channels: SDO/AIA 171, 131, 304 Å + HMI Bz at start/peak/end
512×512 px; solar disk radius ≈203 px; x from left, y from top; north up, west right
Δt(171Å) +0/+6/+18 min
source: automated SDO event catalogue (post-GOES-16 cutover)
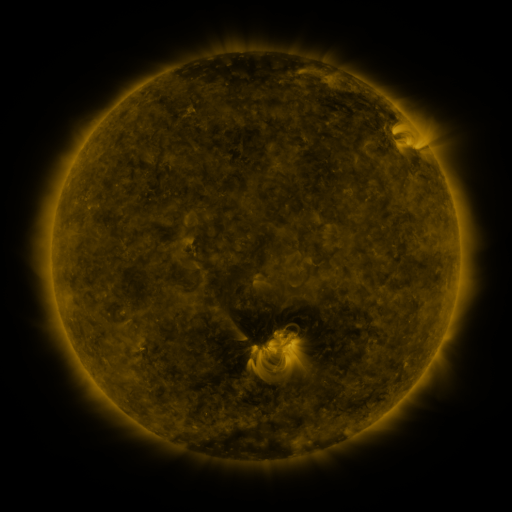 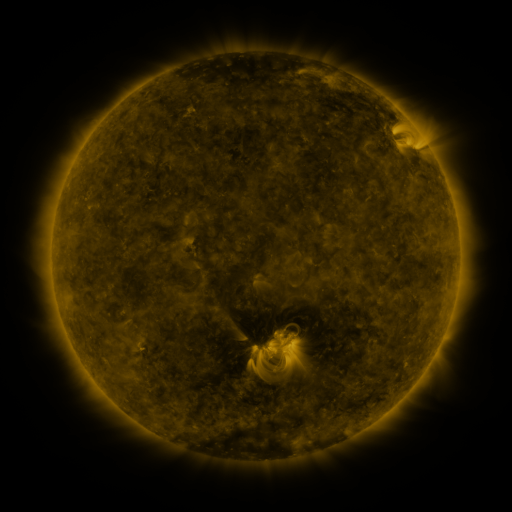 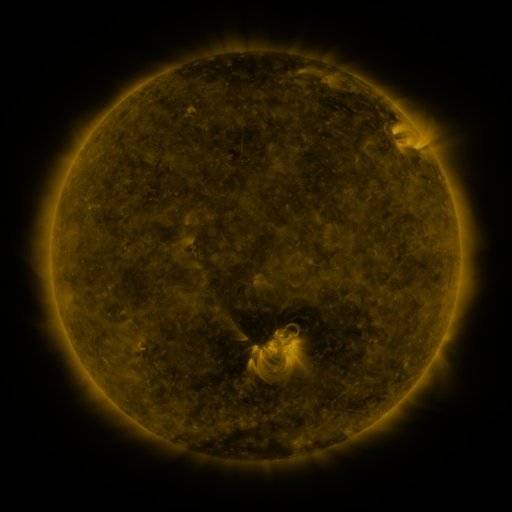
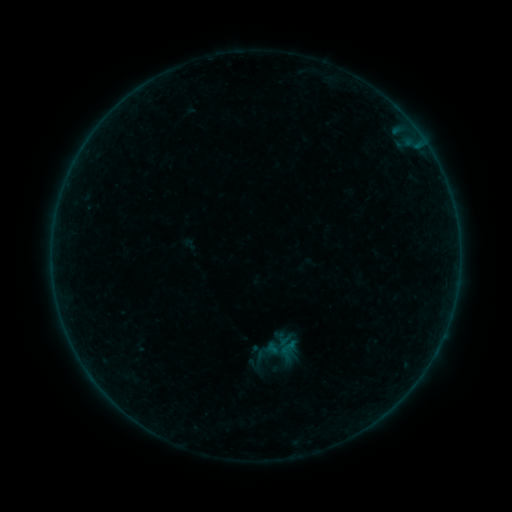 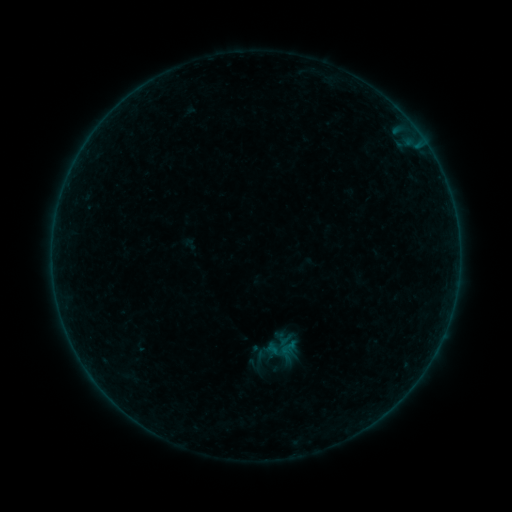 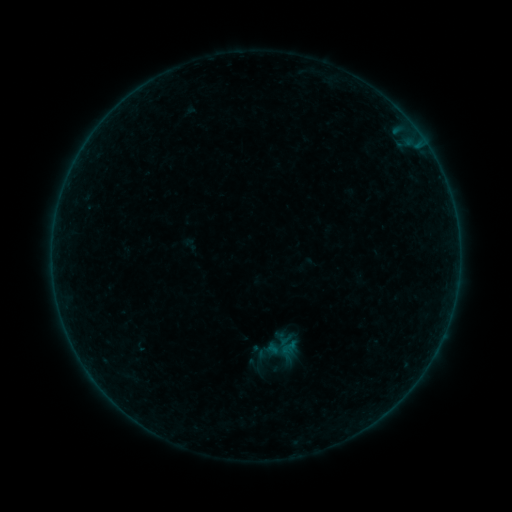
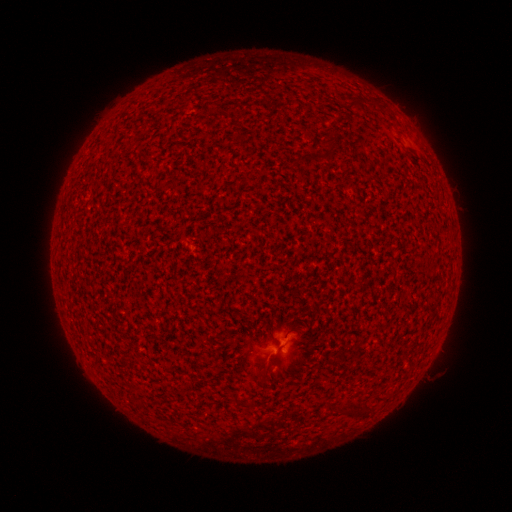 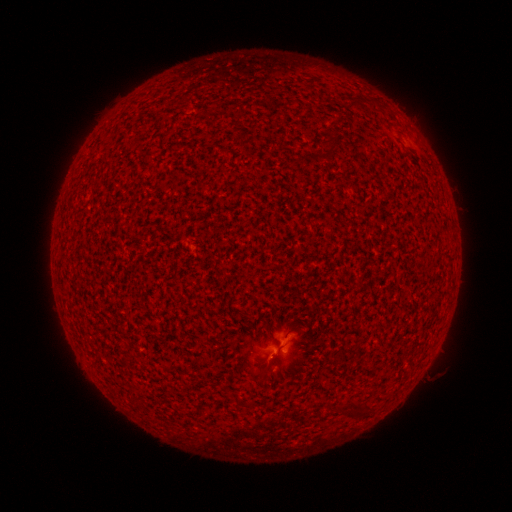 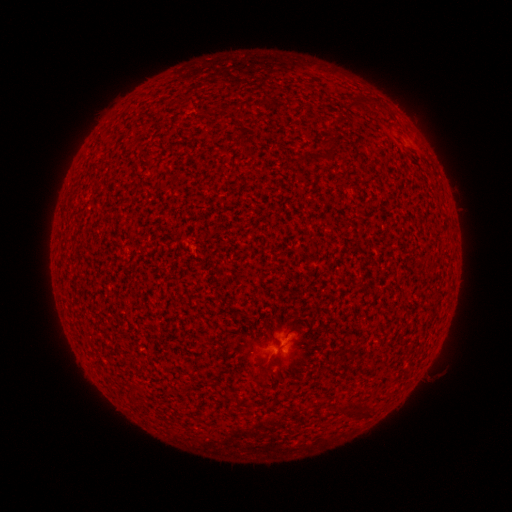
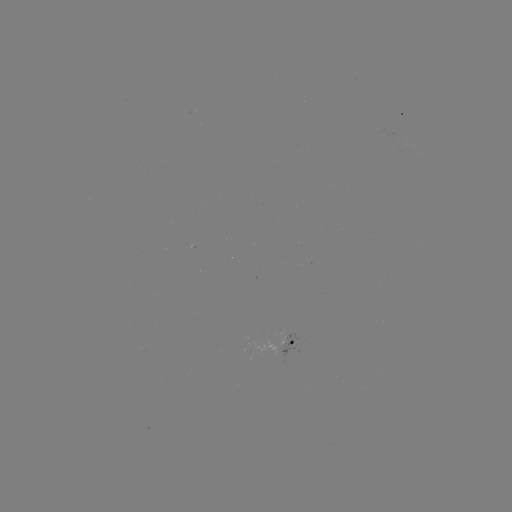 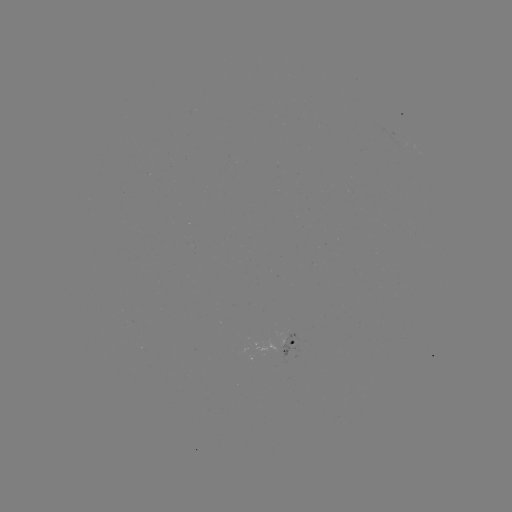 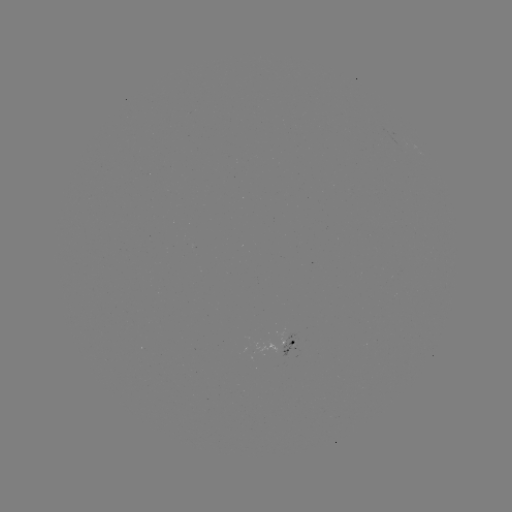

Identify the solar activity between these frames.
A5.8 flare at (274, 353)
